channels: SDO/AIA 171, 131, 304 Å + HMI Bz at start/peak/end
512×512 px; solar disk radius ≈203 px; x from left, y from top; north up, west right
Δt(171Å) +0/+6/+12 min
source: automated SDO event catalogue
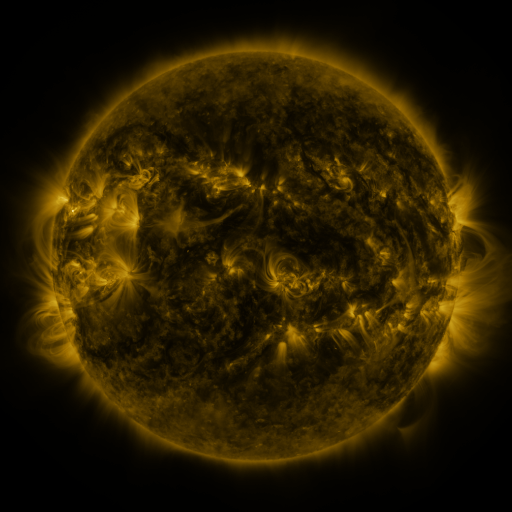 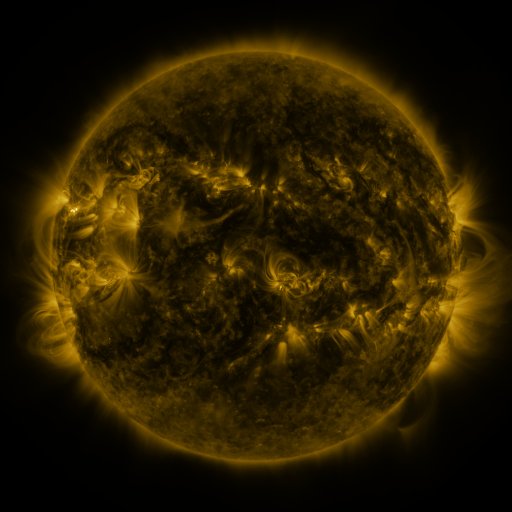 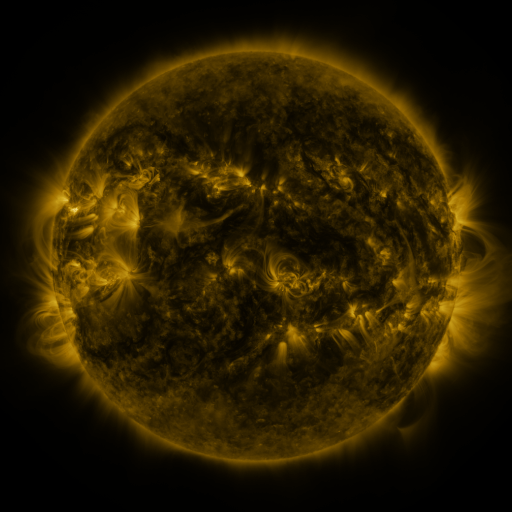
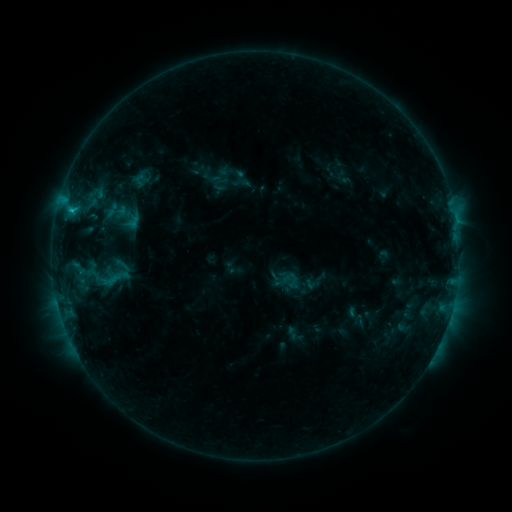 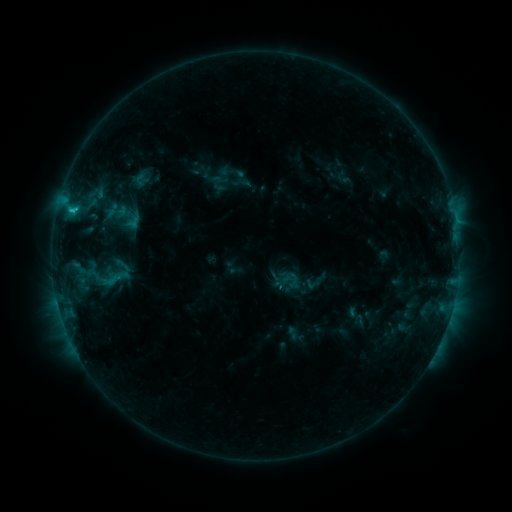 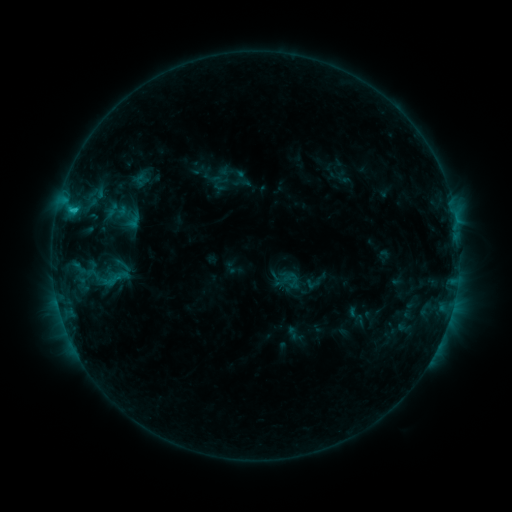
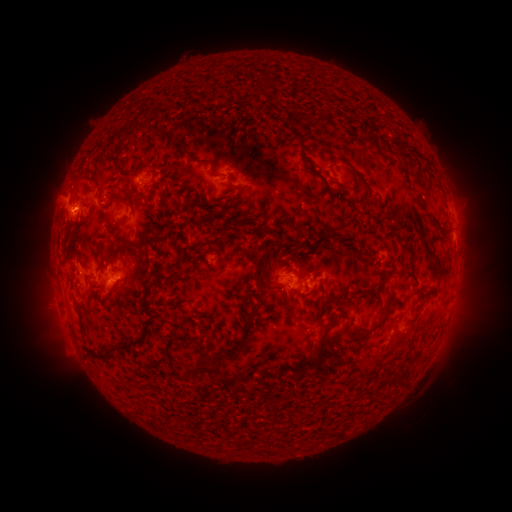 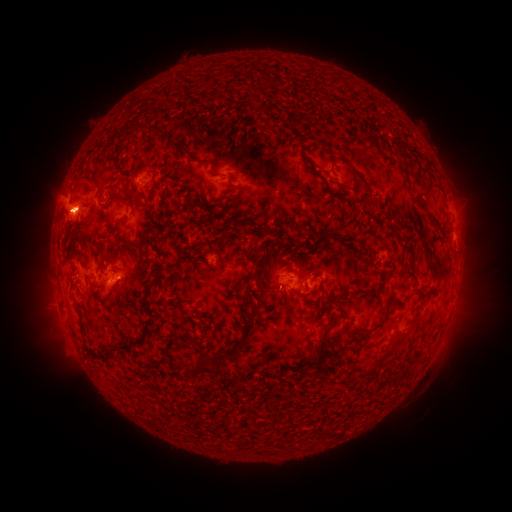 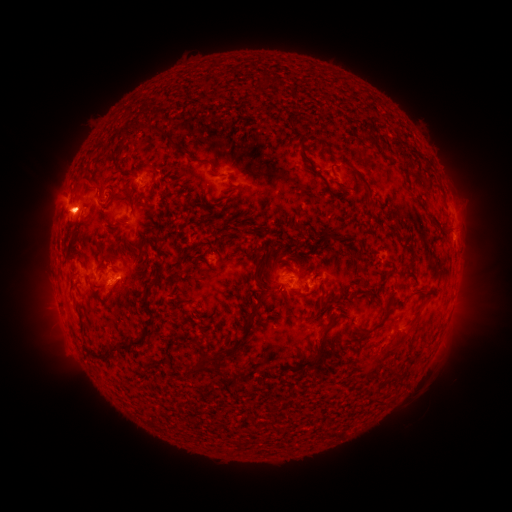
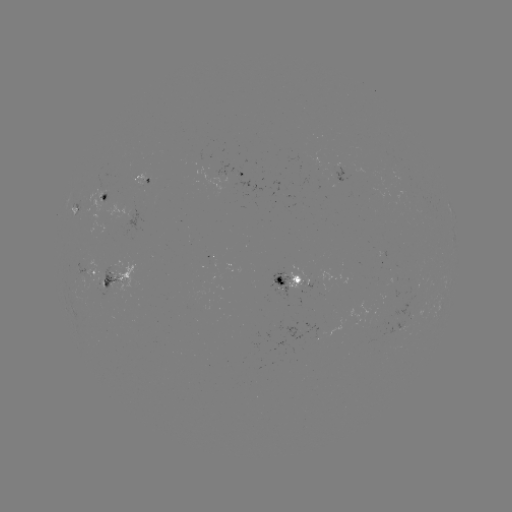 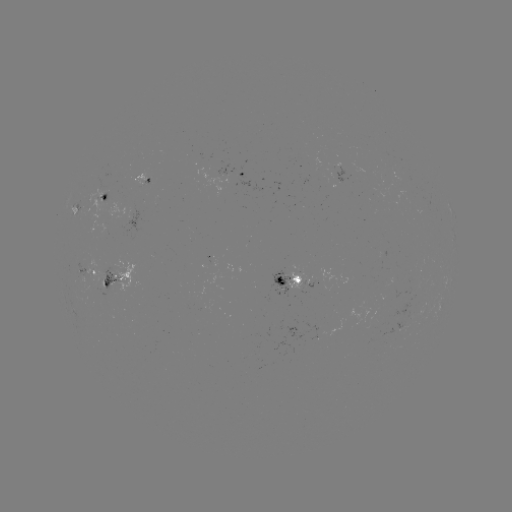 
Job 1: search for C1.6 flare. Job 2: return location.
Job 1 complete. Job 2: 75,210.